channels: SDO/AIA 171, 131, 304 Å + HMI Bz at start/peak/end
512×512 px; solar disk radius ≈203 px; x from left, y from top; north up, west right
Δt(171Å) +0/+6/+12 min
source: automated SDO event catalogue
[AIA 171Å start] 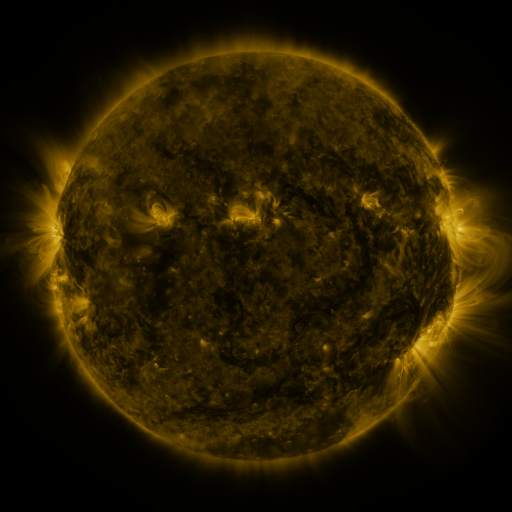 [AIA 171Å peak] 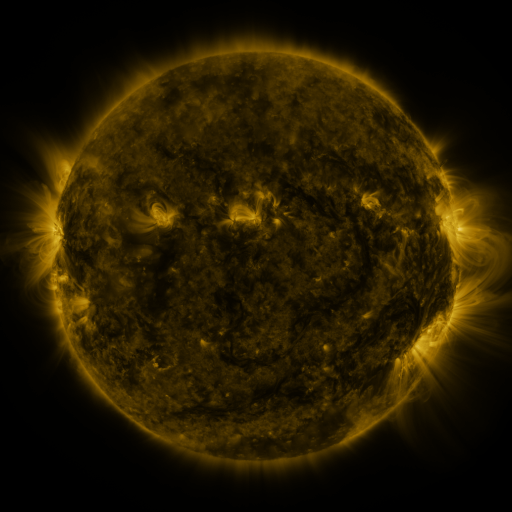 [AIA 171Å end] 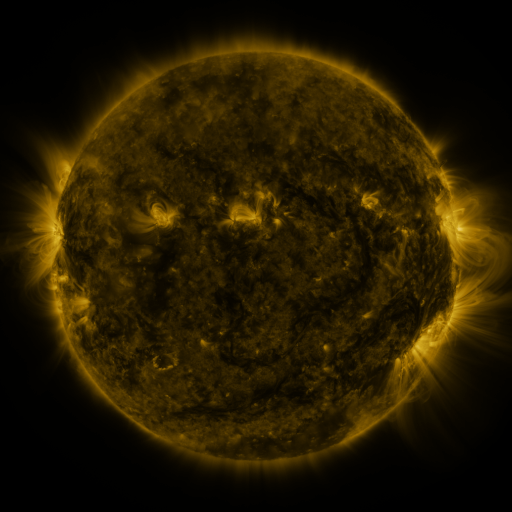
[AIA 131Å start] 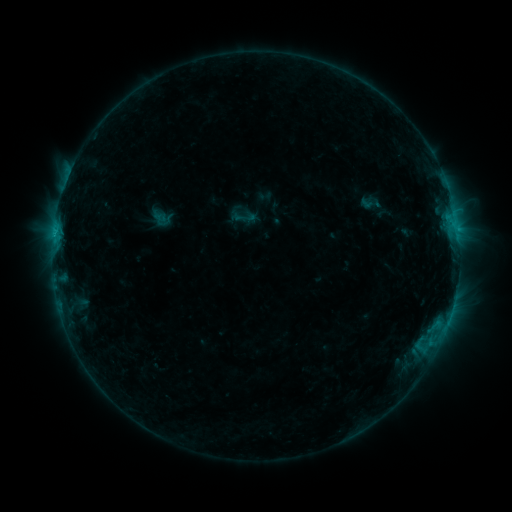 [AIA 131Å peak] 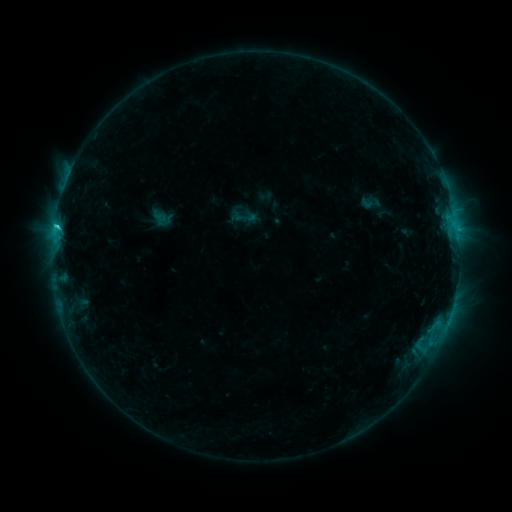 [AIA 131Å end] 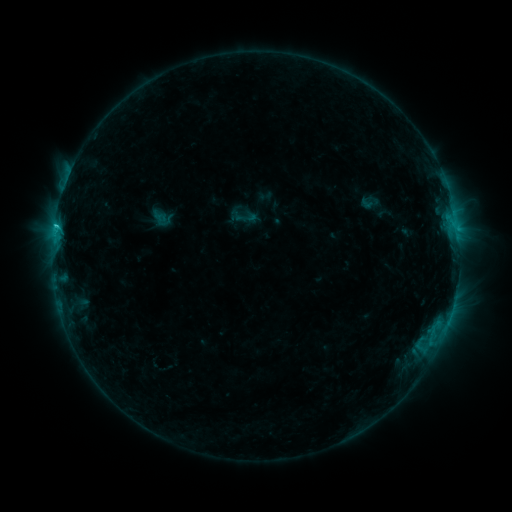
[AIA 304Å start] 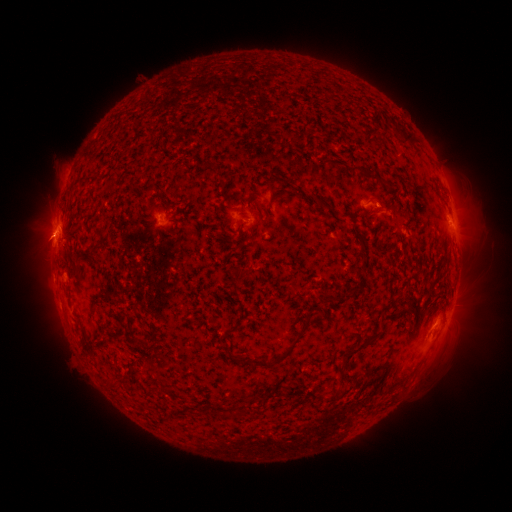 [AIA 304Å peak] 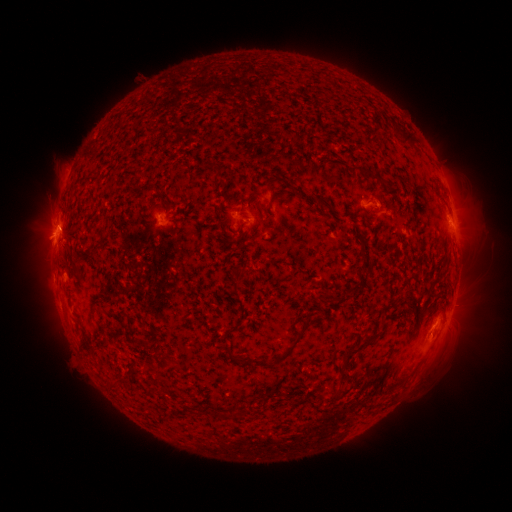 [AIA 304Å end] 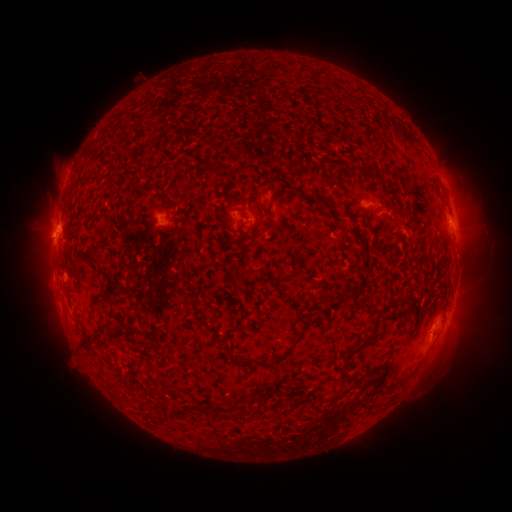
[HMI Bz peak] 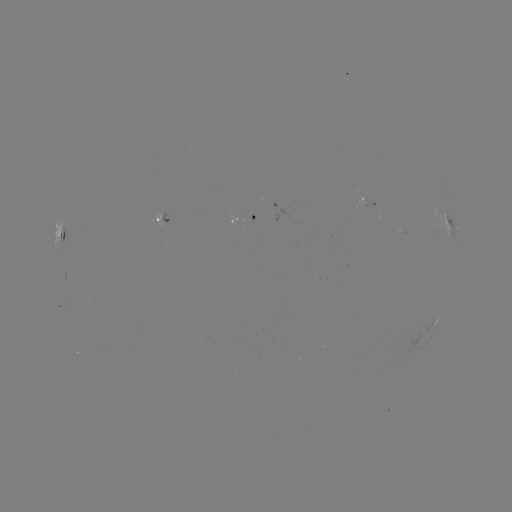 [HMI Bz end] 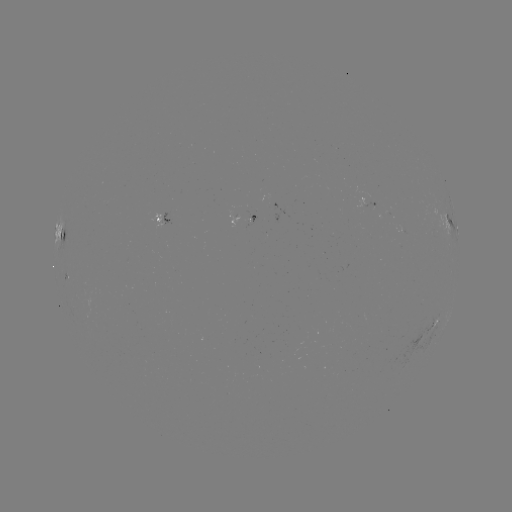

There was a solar flare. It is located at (56, 230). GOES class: C1.3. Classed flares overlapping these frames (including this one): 1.